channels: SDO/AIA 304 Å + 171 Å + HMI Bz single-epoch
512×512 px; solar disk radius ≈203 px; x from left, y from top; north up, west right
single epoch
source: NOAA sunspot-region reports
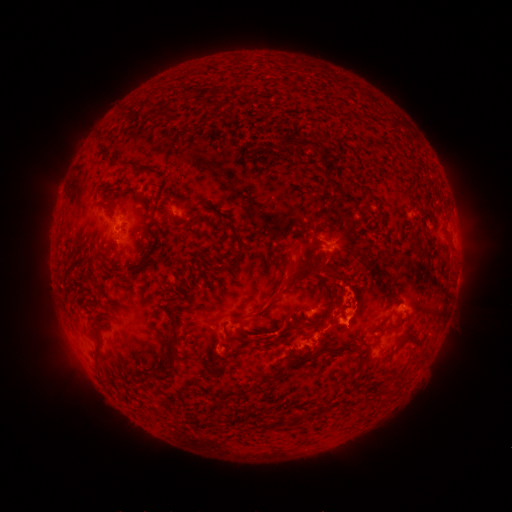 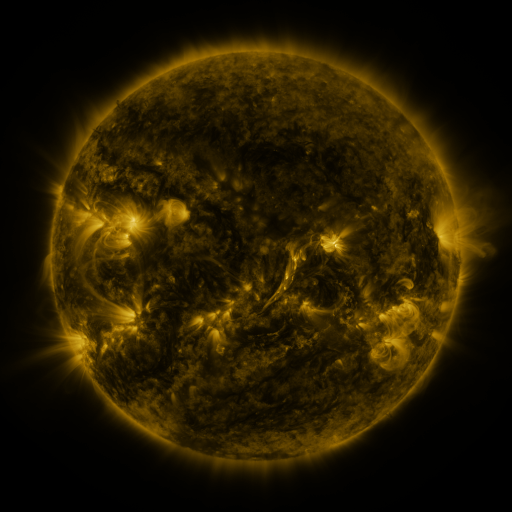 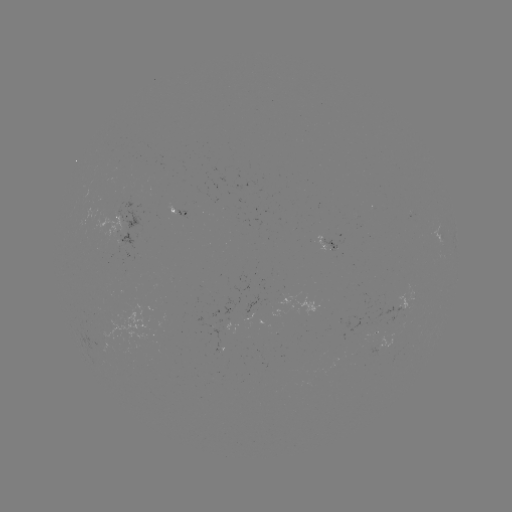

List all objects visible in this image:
spotted active region: (182, 212)
spotted active region: (124, 228)
spotted active region: (328, 243)
spotted active region: (409, 297)
